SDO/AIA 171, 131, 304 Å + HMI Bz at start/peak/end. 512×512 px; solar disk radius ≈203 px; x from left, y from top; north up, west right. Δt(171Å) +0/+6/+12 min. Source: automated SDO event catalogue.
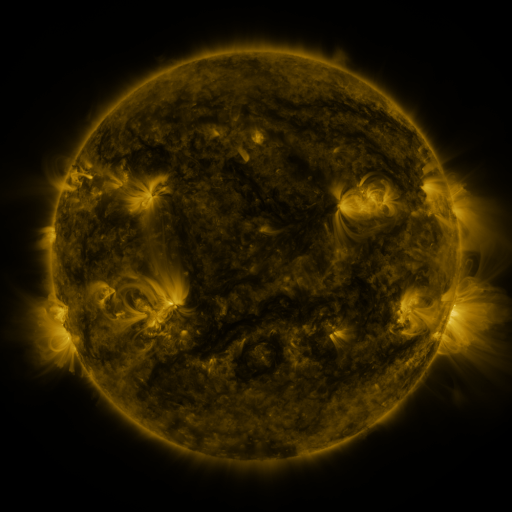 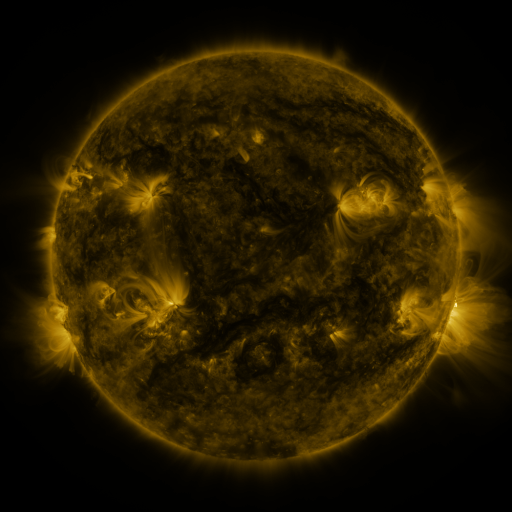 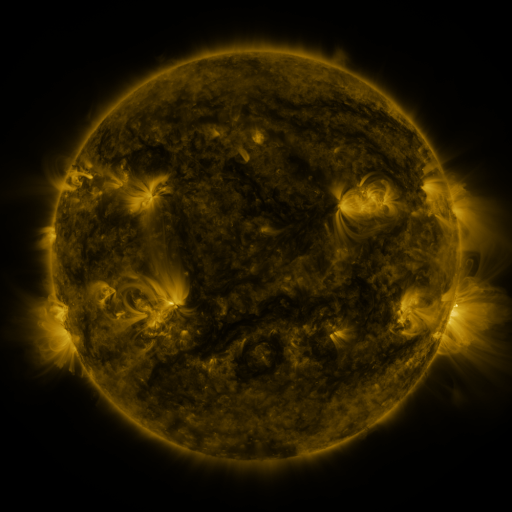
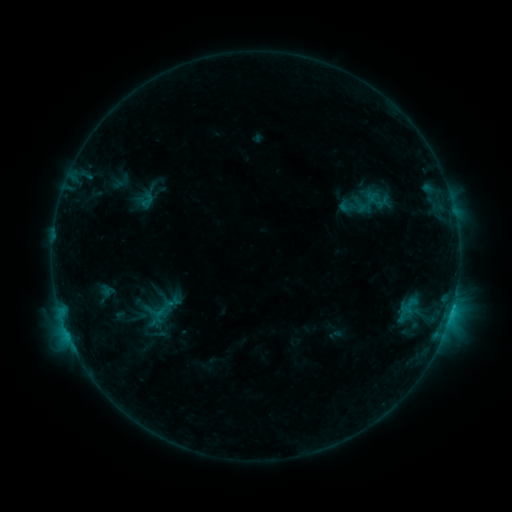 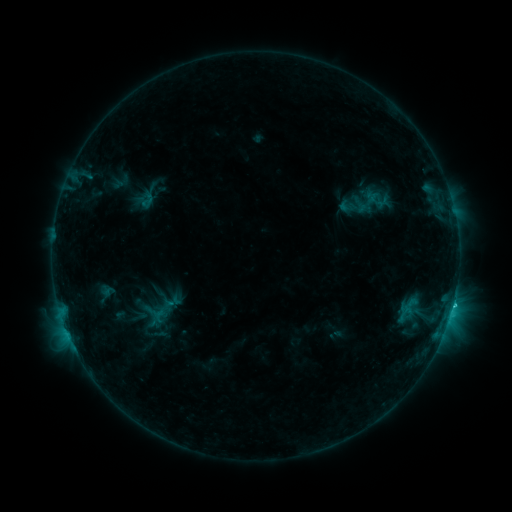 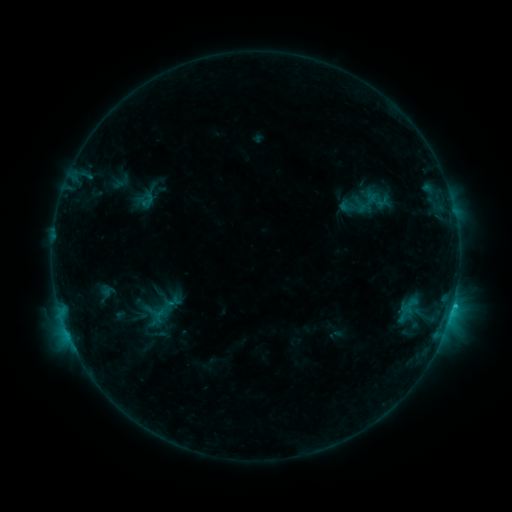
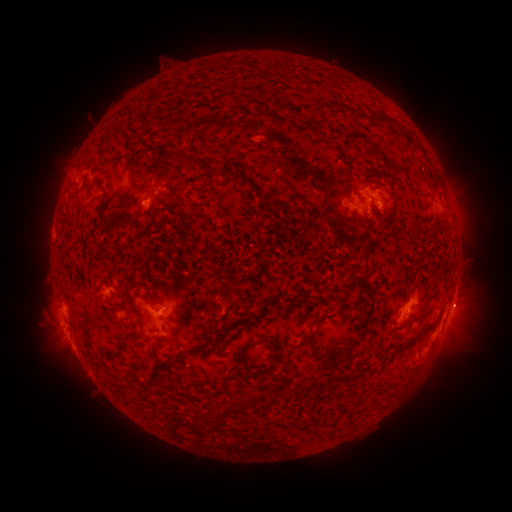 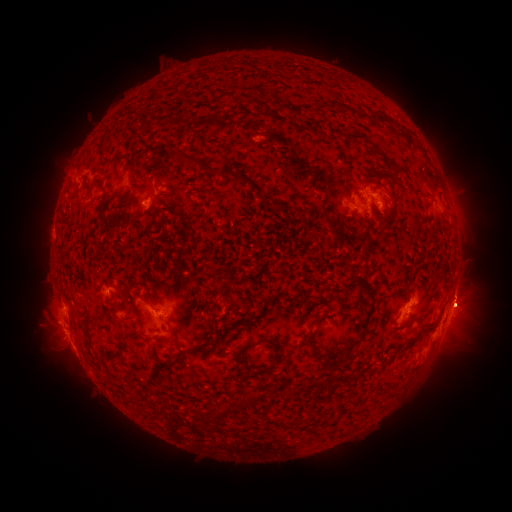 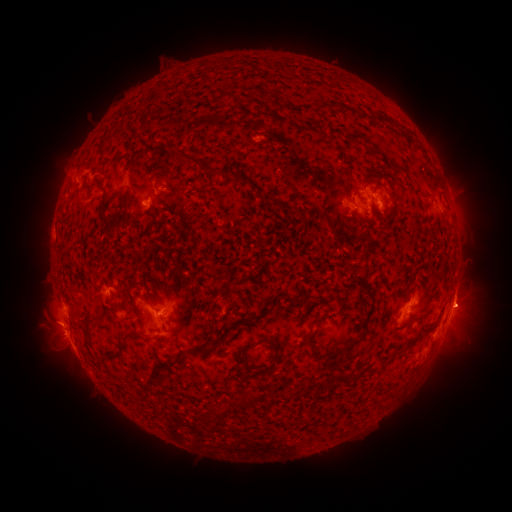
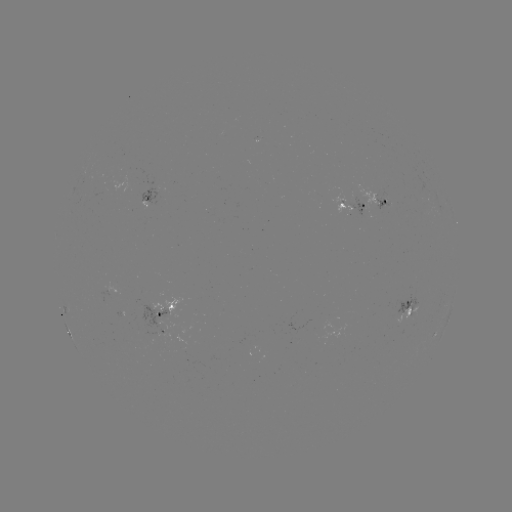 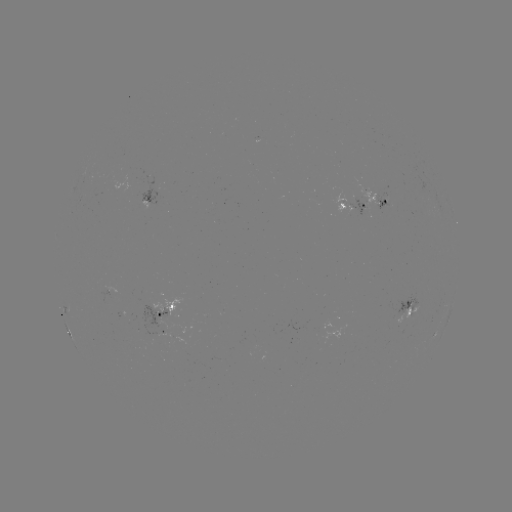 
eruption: [436, 270, 498, 365]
